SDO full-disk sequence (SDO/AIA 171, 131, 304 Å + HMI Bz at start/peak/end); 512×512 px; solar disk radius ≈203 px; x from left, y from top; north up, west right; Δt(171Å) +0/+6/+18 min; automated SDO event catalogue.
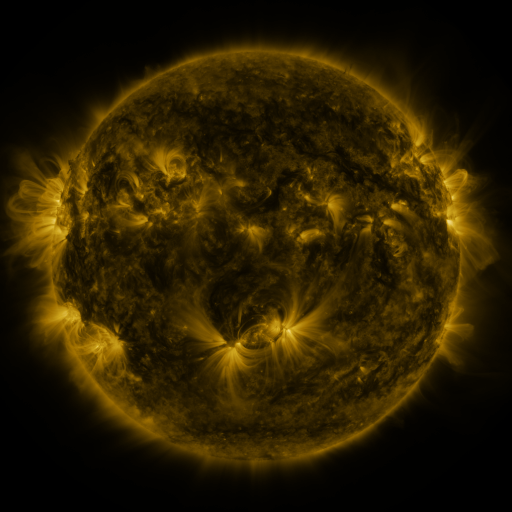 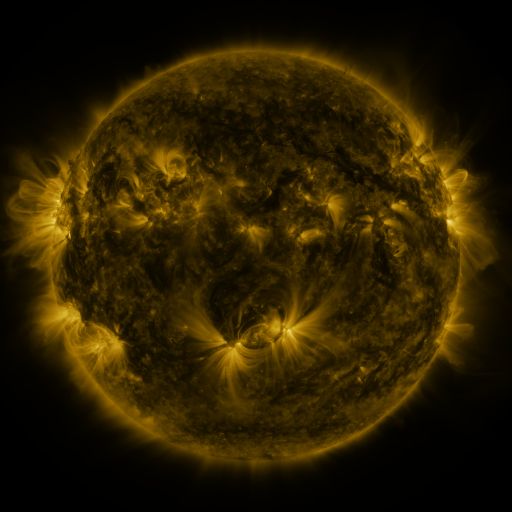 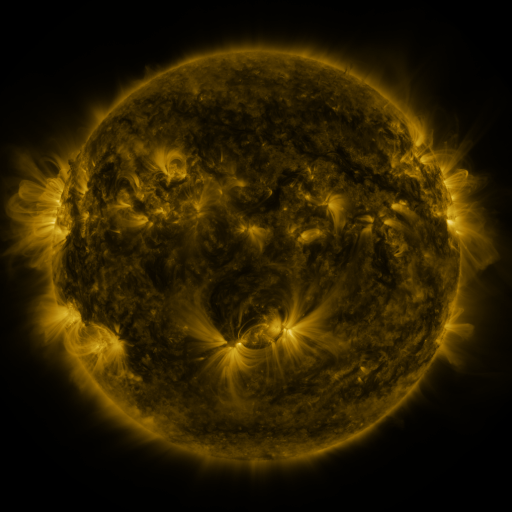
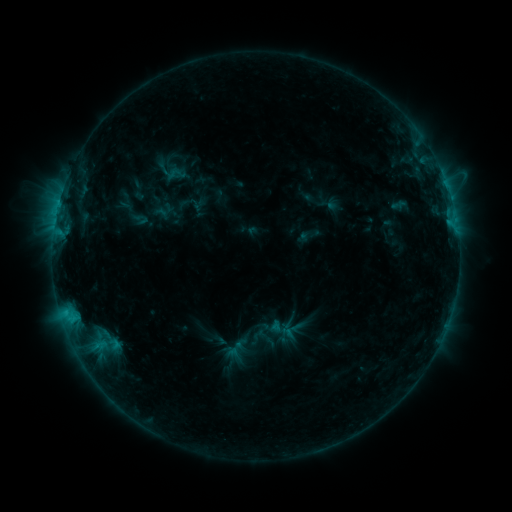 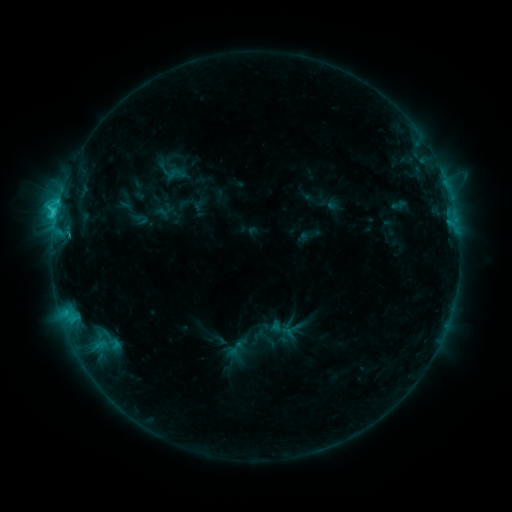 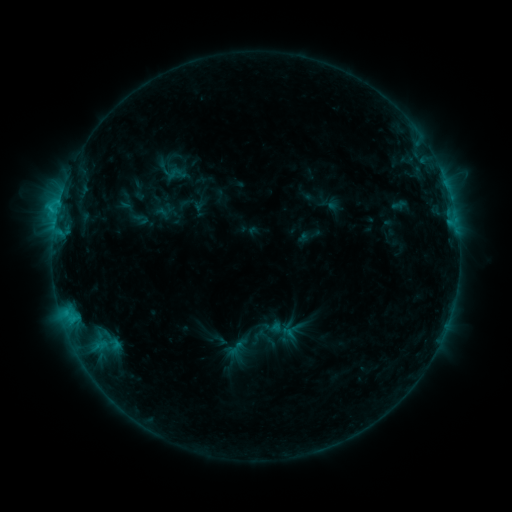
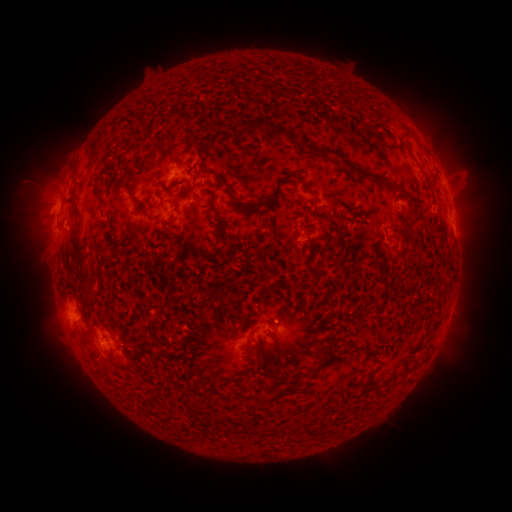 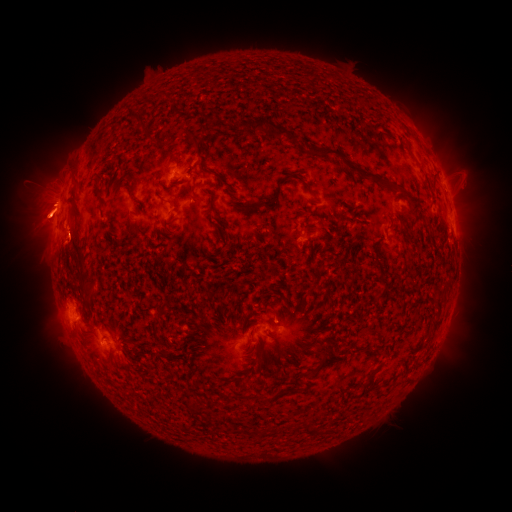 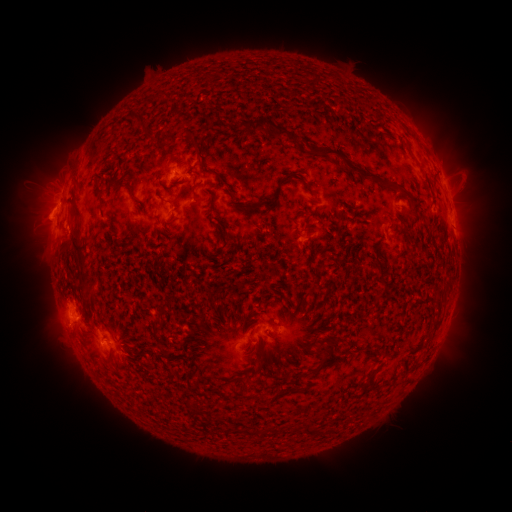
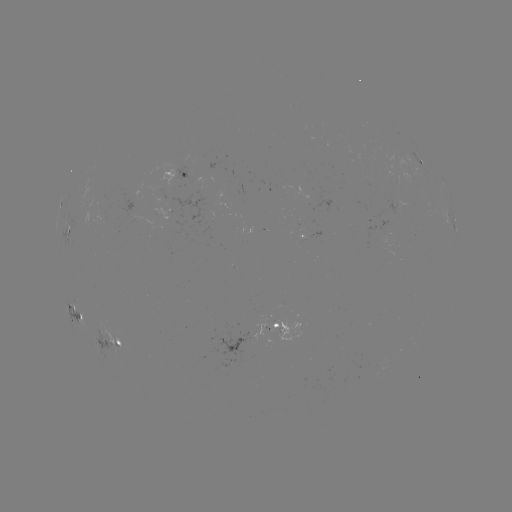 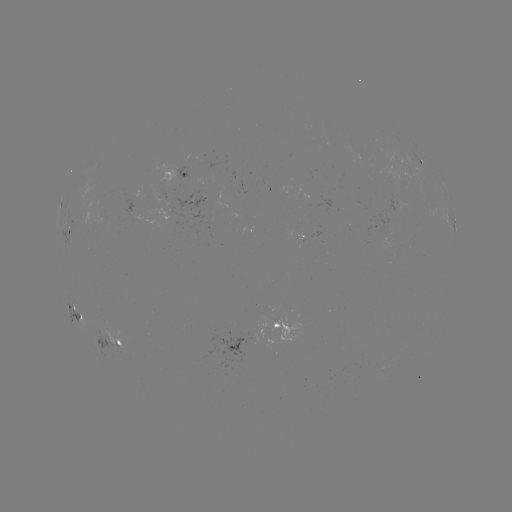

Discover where C2.5 flare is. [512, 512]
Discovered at (56, 217).